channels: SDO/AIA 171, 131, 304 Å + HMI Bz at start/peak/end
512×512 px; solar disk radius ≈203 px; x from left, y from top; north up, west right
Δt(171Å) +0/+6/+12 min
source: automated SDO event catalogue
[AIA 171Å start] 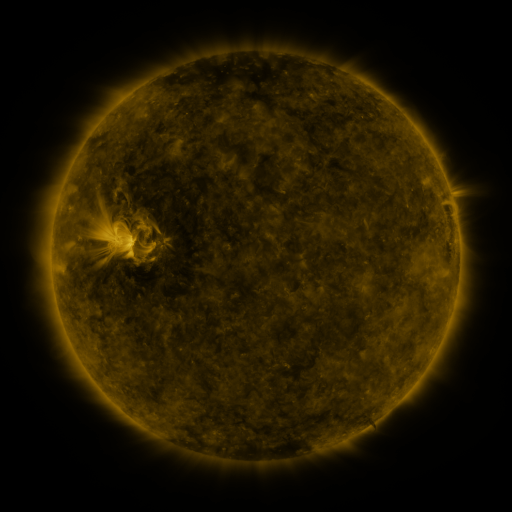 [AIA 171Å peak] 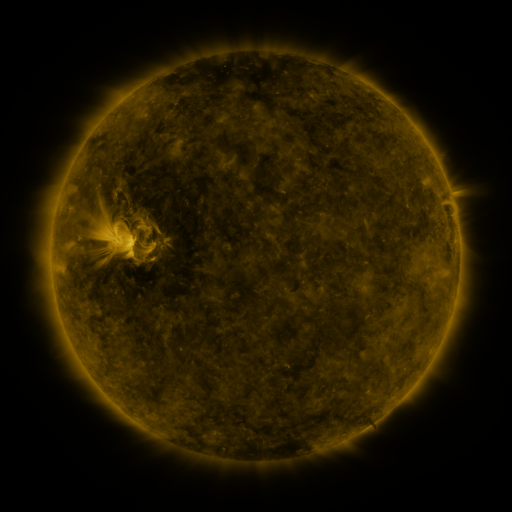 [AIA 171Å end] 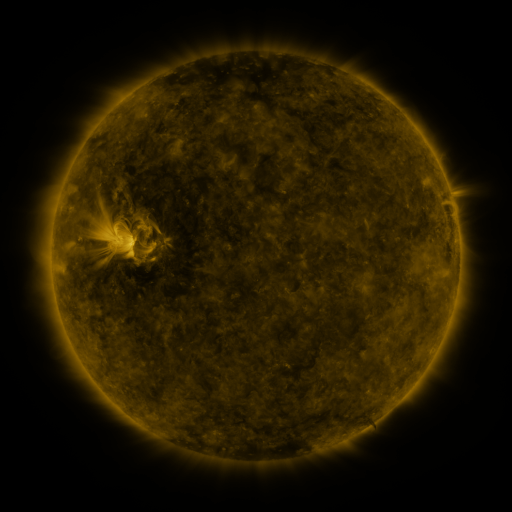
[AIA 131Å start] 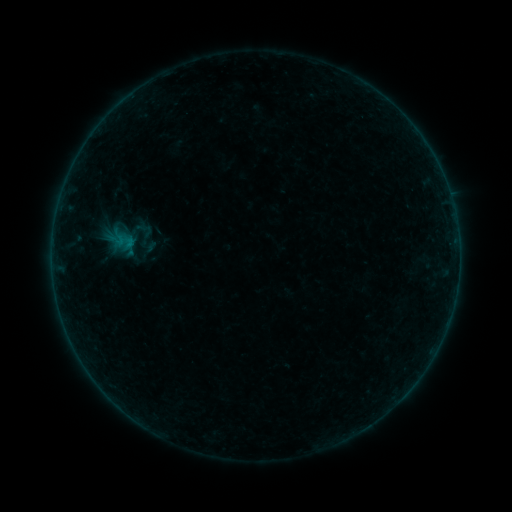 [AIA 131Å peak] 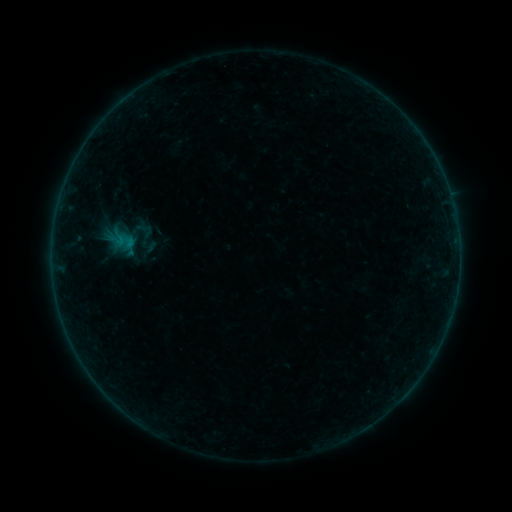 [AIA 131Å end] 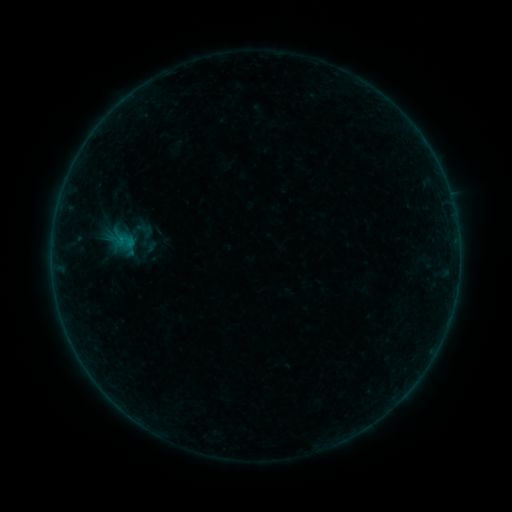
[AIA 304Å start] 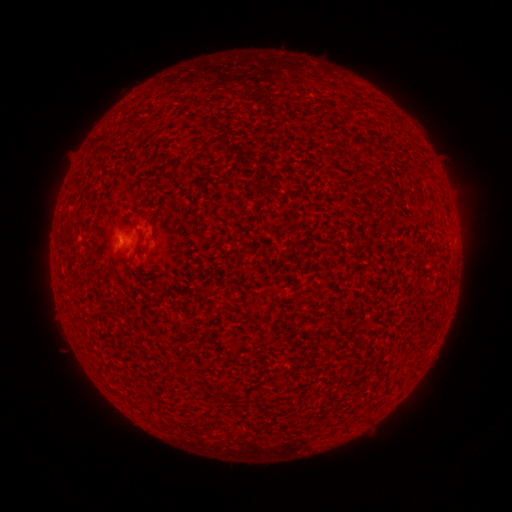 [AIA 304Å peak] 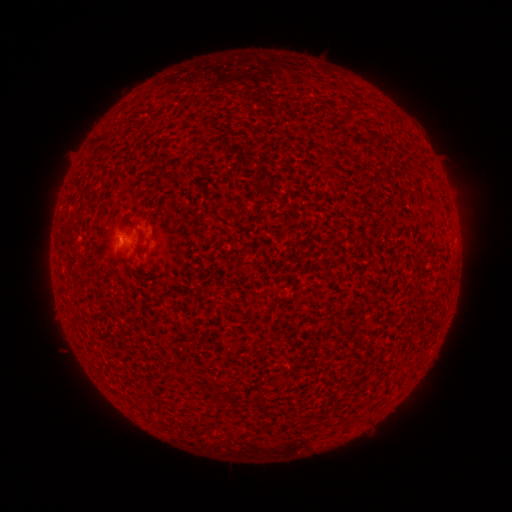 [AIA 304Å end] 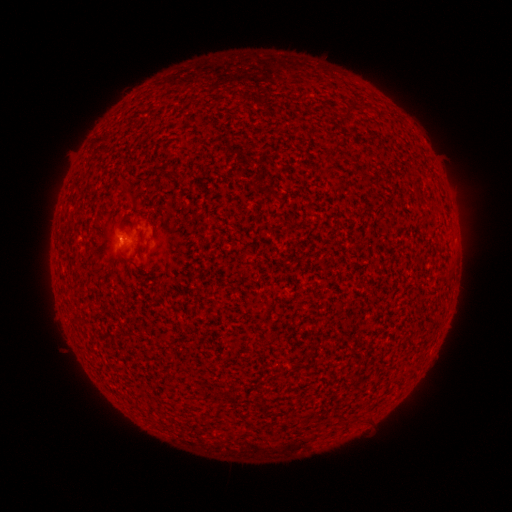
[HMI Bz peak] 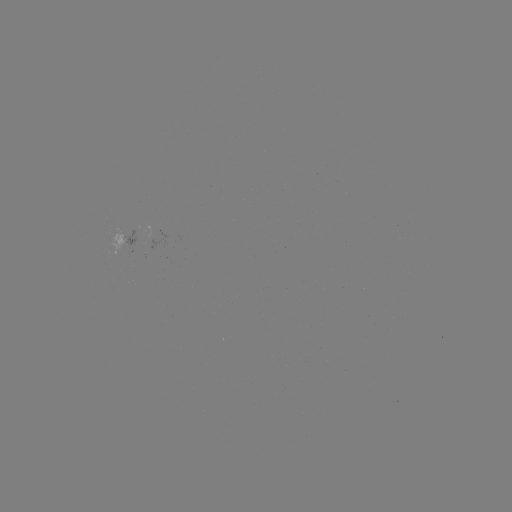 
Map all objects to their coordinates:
B1.1 flare: (122, 240)
